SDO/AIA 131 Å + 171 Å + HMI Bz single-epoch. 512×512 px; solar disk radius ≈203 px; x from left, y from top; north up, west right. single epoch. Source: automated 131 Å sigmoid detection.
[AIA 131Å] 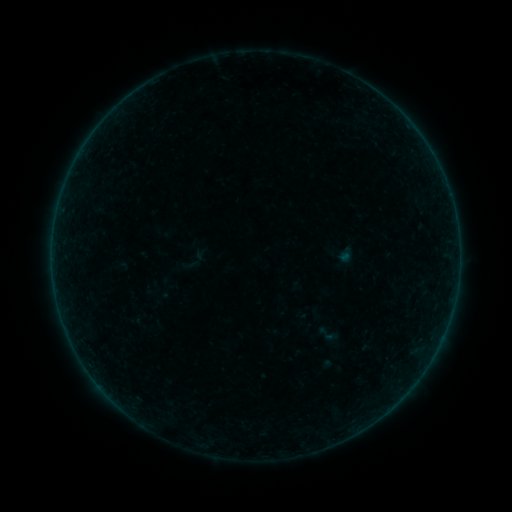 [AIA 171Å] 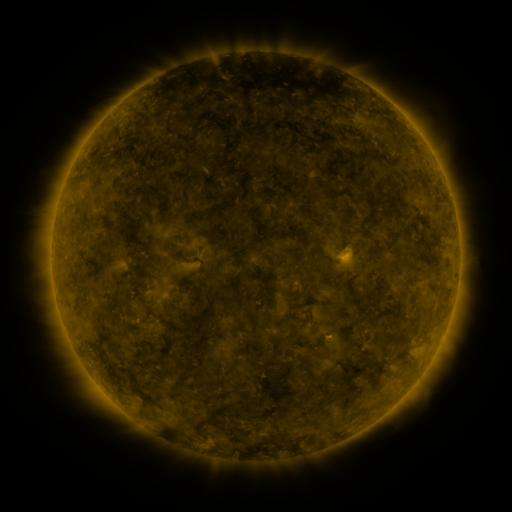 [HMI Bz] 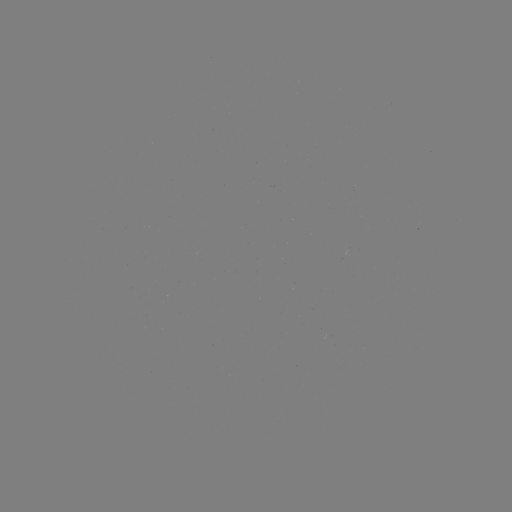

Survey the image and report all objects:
sigmoid: <bbox>316, 324, 336, 343</bbox>
